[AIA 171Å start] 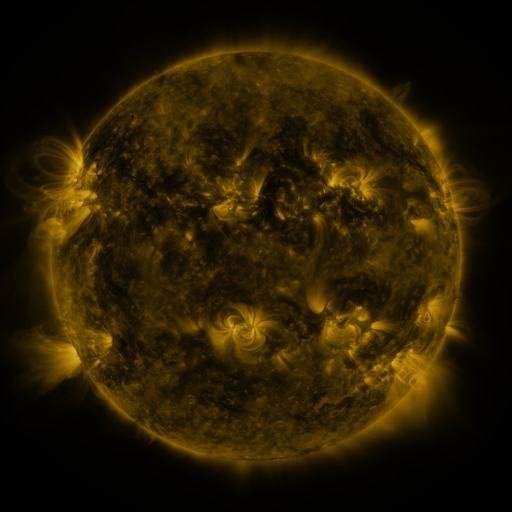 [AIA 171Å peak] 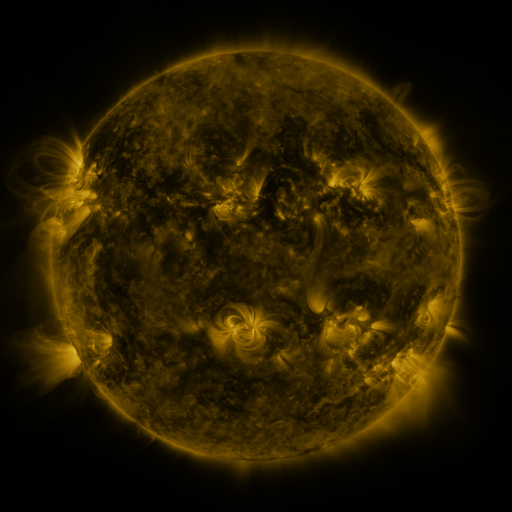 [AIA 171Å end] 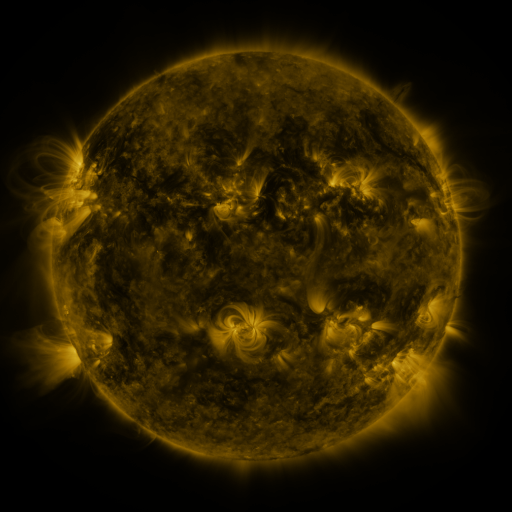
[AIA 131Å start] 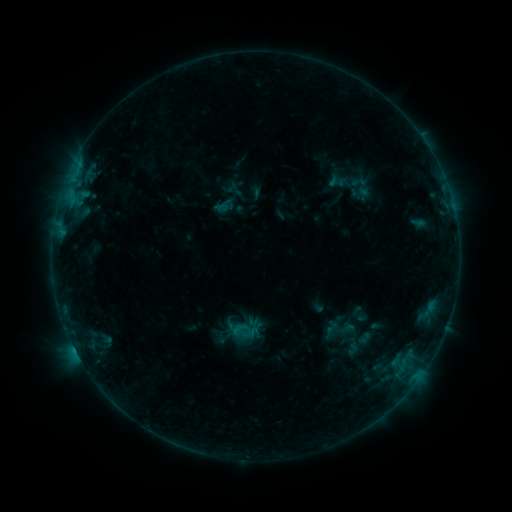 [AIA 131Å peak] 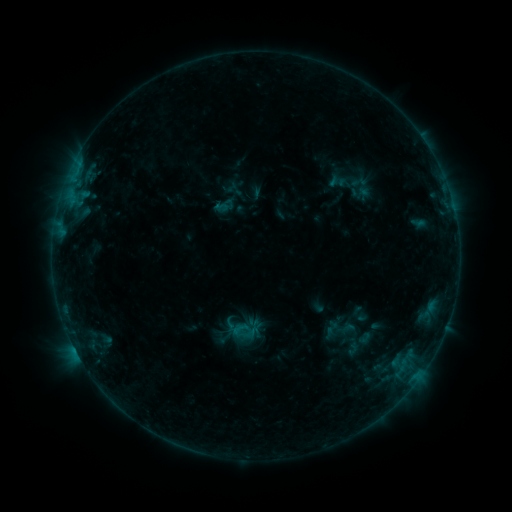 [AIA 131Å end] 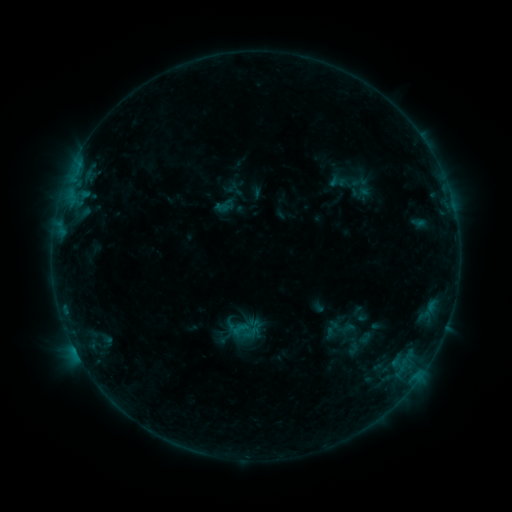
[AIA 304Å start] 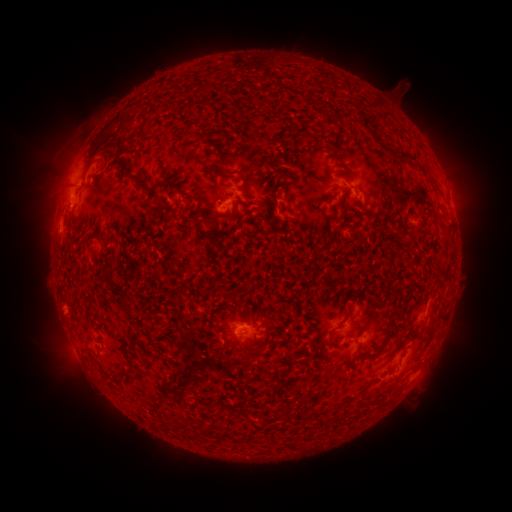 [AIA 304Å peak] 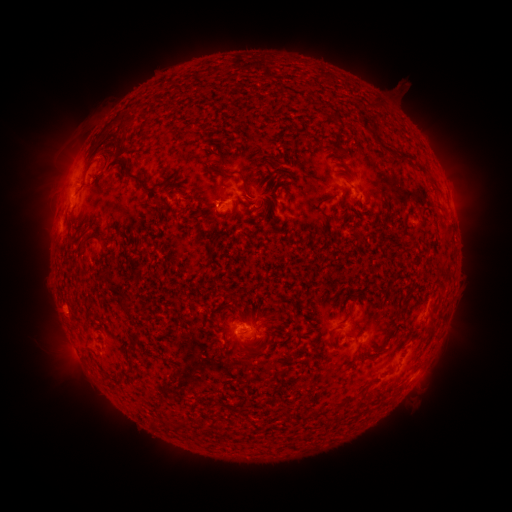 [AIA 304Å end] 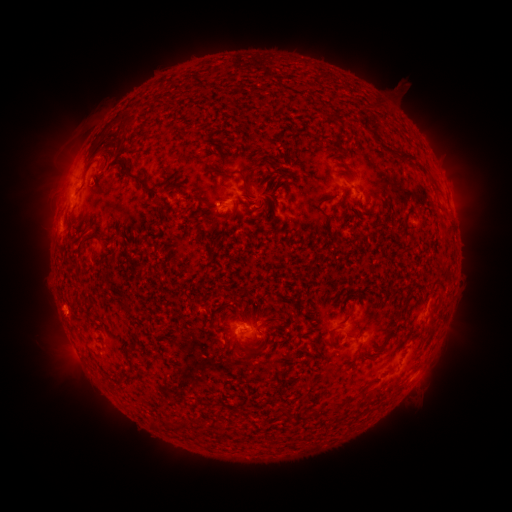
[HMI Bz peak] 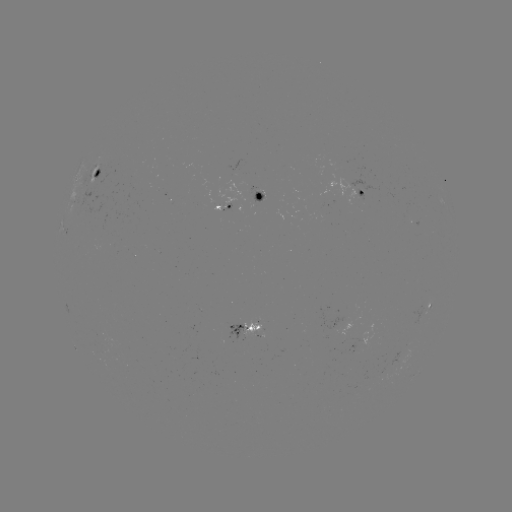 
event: eruption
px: (55, 180)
